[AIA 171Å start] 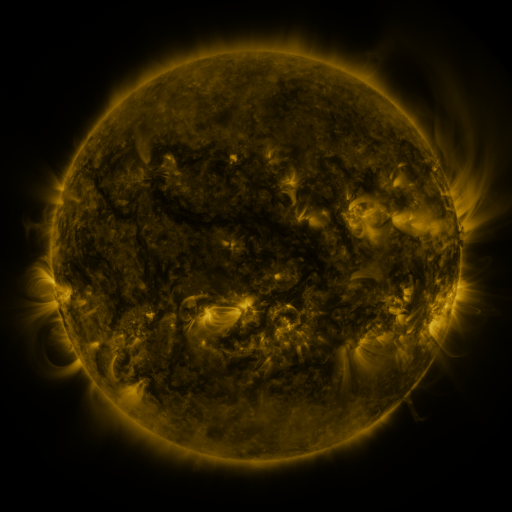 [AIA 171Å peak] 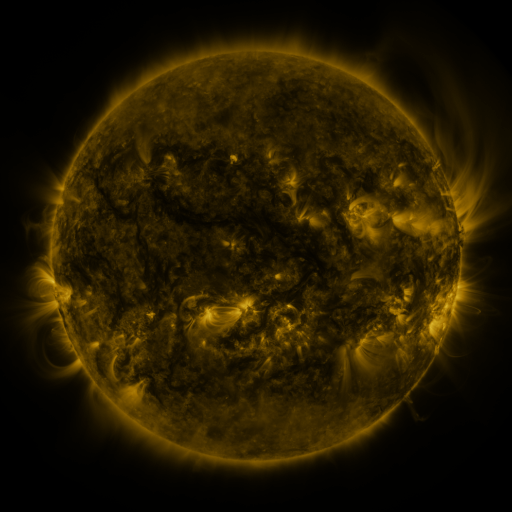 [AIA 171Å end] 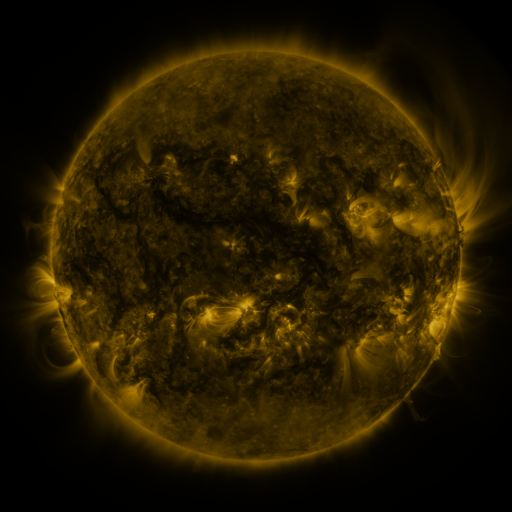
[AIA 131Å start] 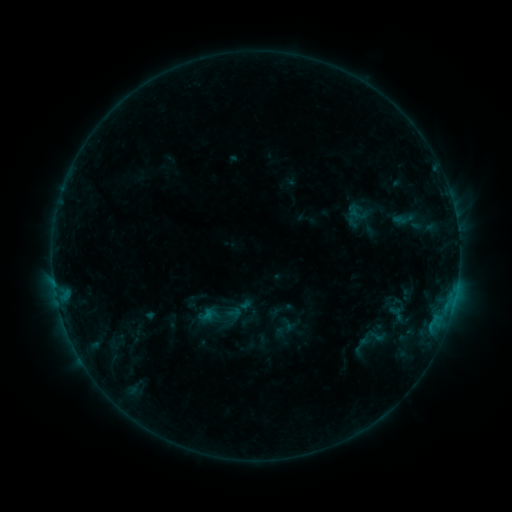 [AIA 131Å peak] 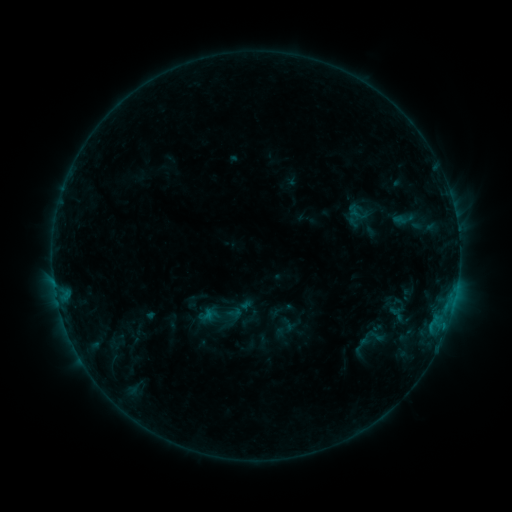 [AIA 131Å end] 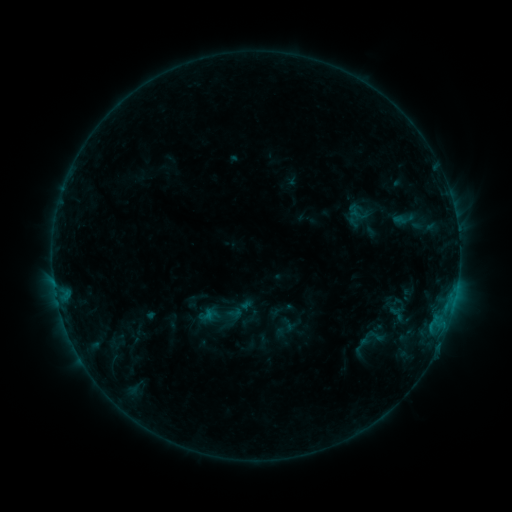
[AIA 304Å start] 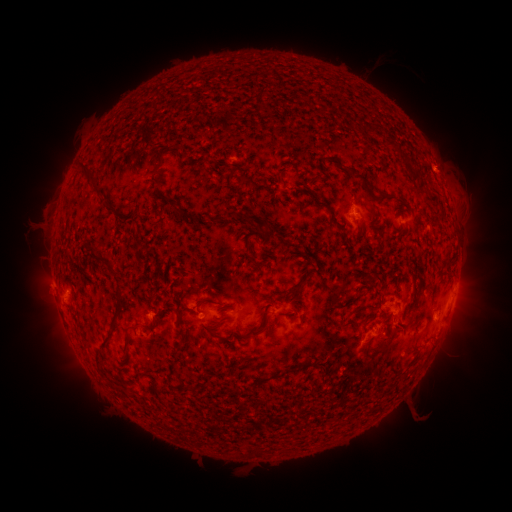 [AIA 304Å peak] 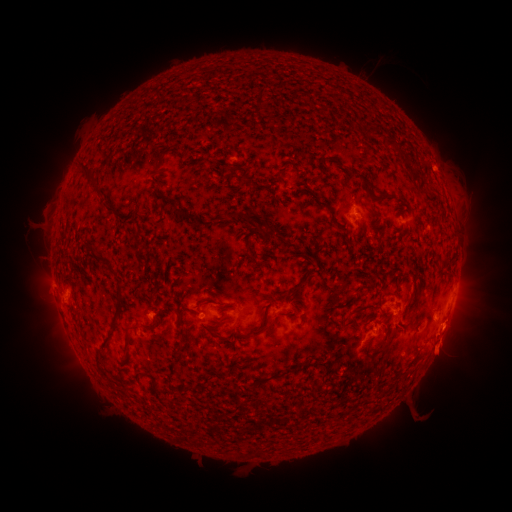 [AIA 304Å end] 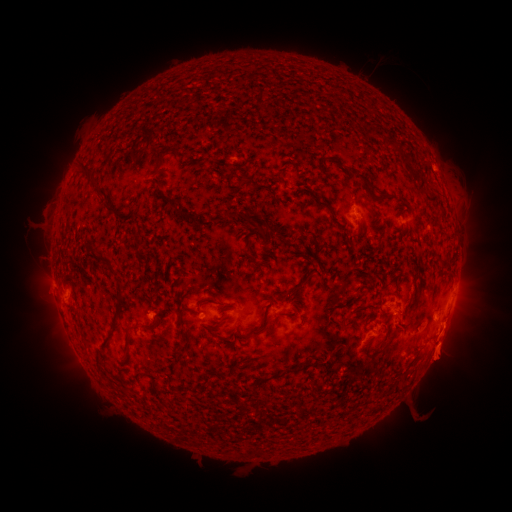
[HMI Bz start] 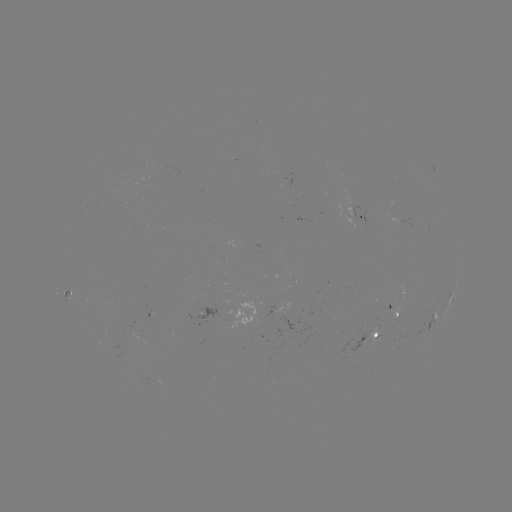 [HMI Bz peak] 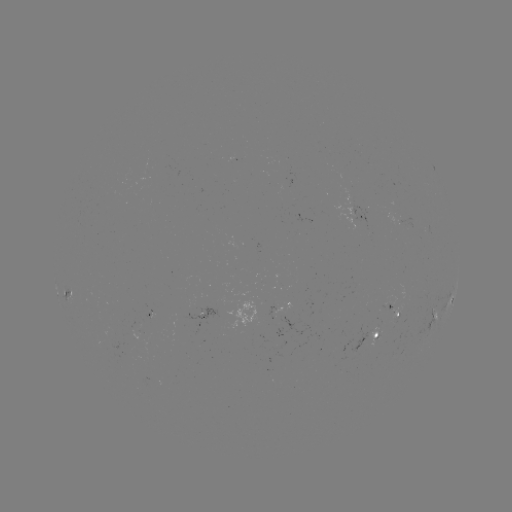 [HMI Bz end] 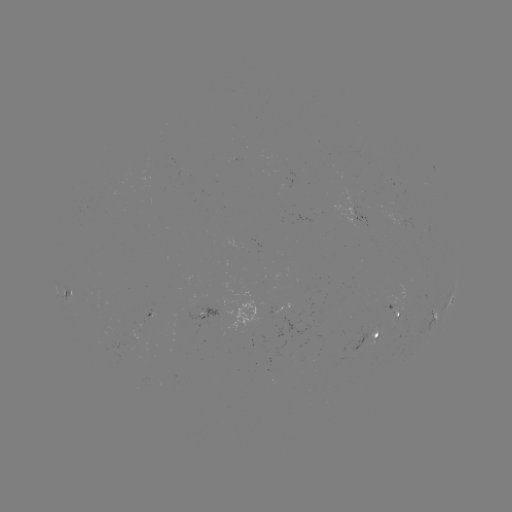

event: eruption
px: (446, 346)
